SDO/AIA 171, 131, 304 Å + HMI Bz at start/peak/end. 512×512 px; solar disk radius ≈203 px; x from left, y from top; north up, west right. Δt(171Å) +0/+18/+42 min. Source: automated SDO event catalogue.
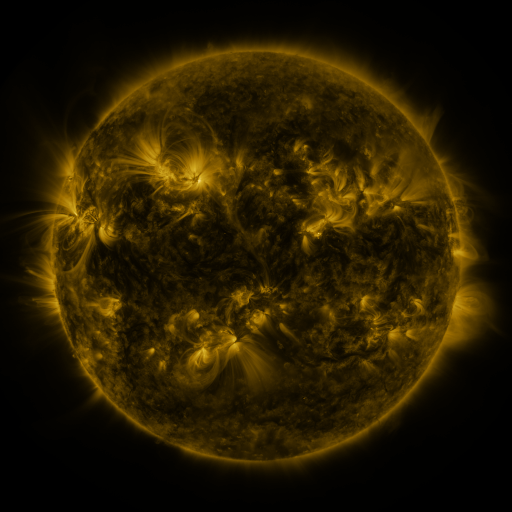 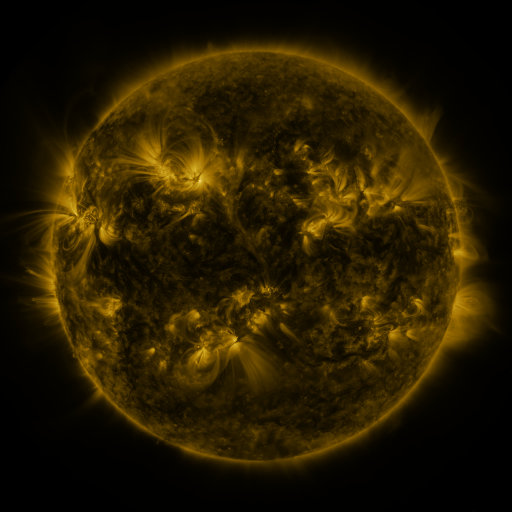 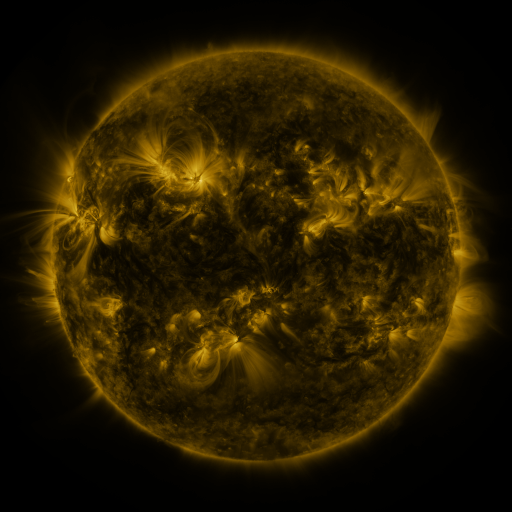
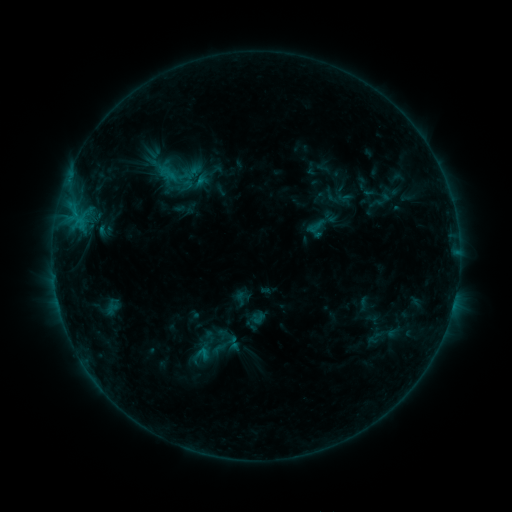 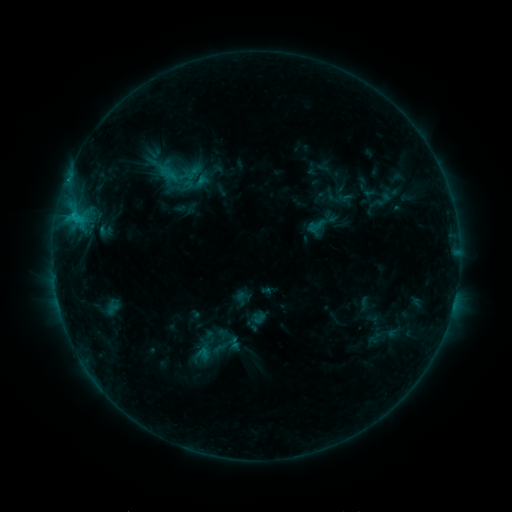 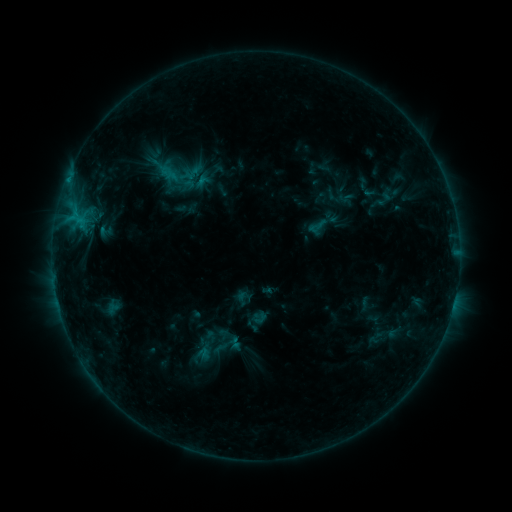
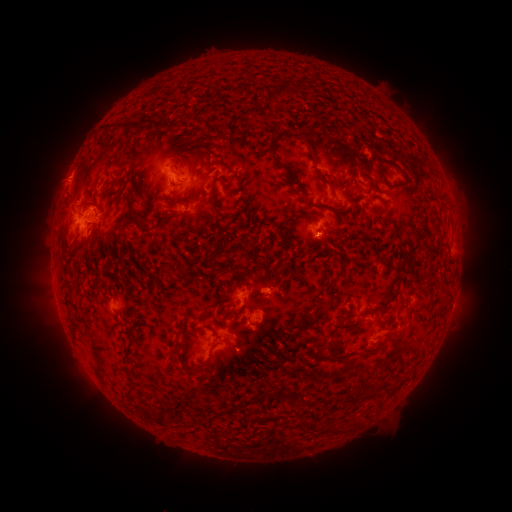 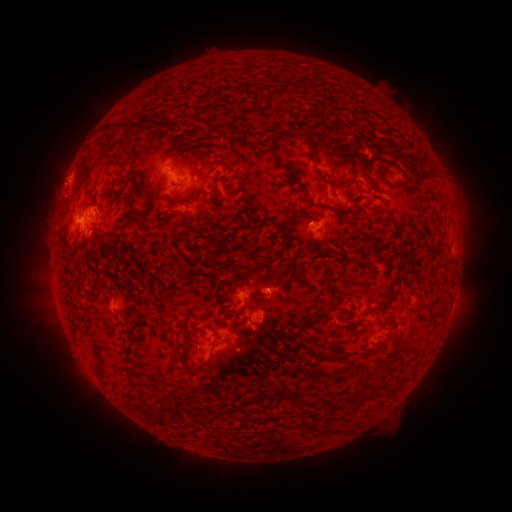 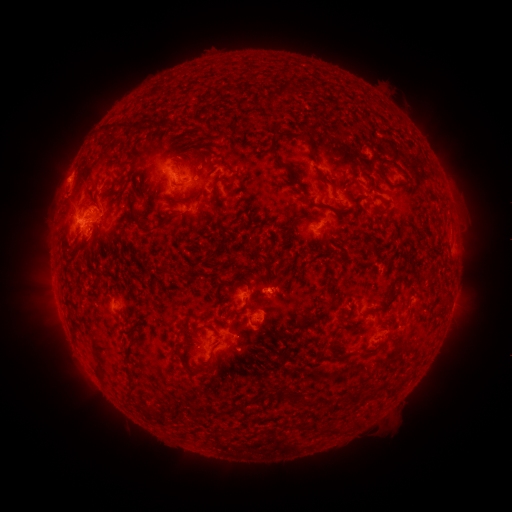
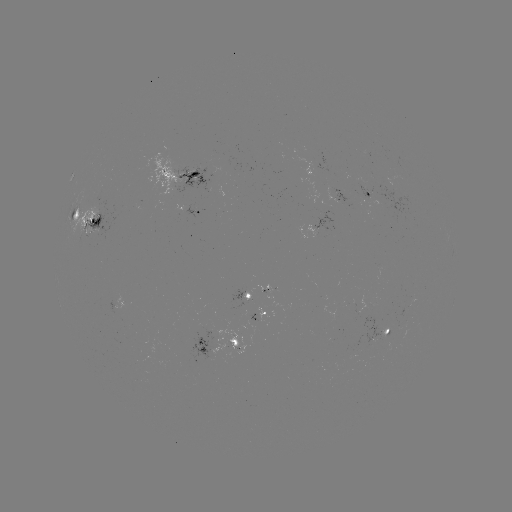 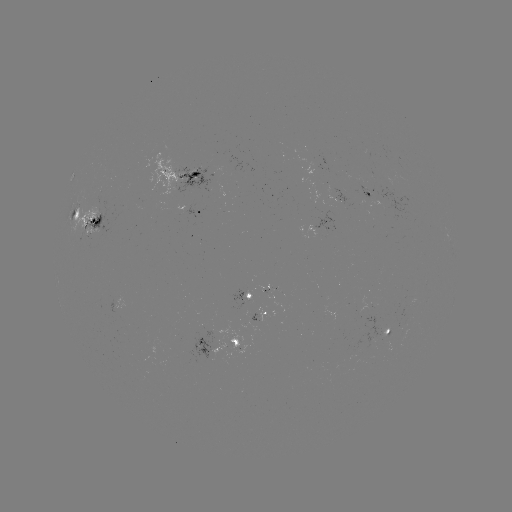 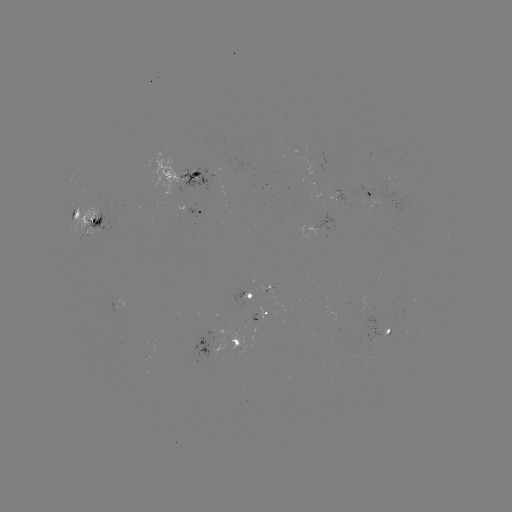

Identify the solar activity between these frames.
C1.6 flare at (73, 218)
